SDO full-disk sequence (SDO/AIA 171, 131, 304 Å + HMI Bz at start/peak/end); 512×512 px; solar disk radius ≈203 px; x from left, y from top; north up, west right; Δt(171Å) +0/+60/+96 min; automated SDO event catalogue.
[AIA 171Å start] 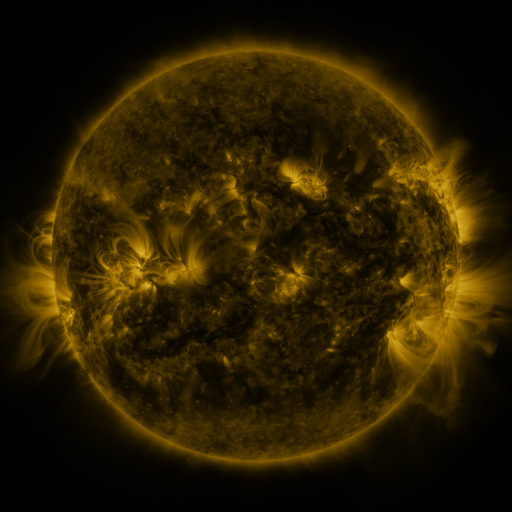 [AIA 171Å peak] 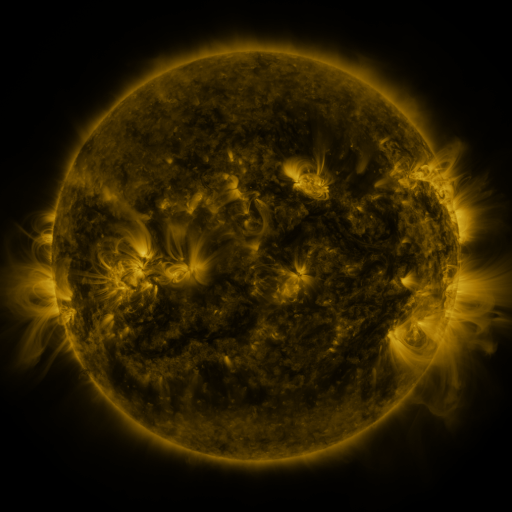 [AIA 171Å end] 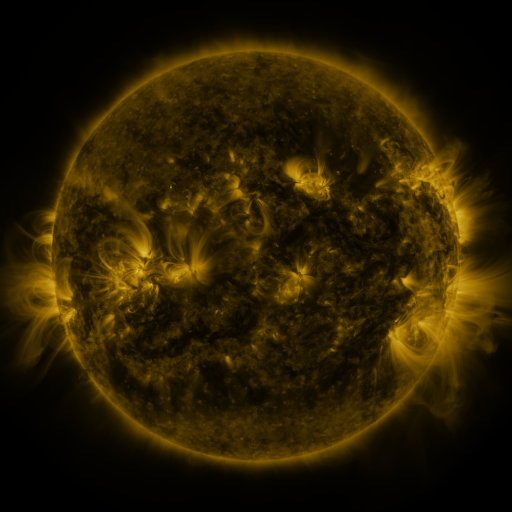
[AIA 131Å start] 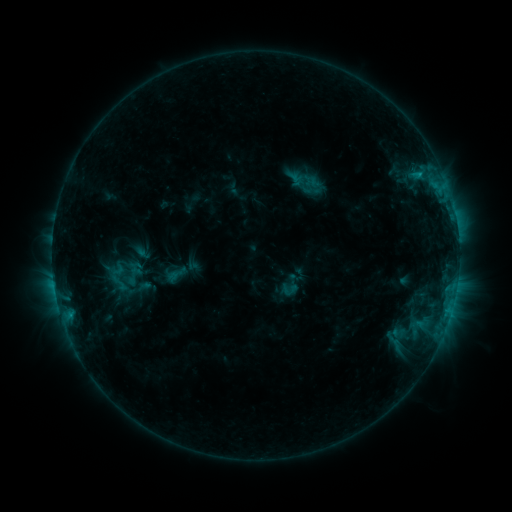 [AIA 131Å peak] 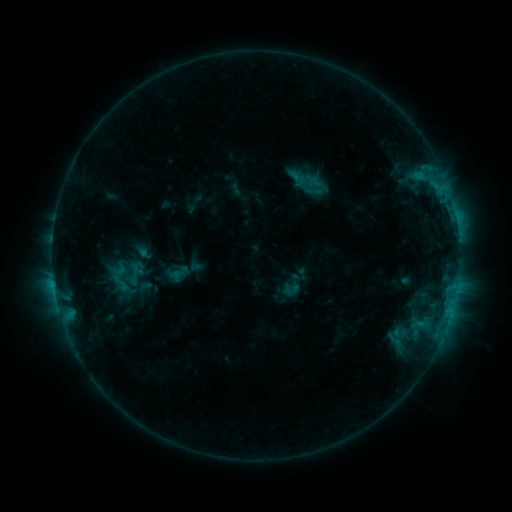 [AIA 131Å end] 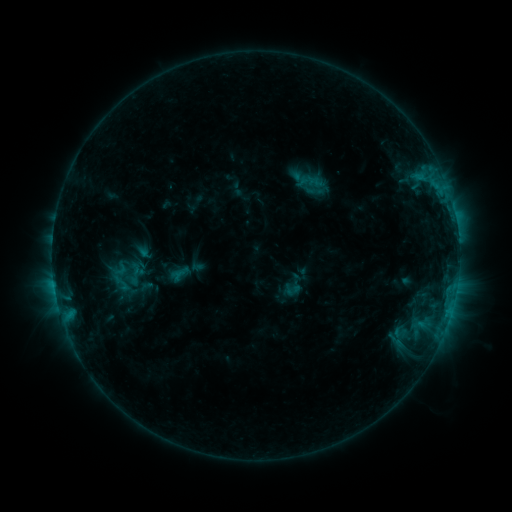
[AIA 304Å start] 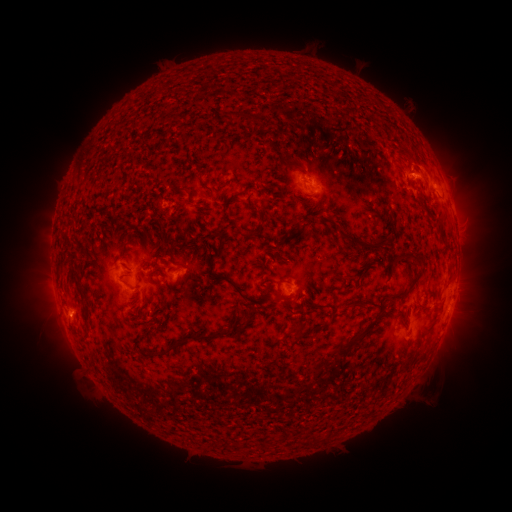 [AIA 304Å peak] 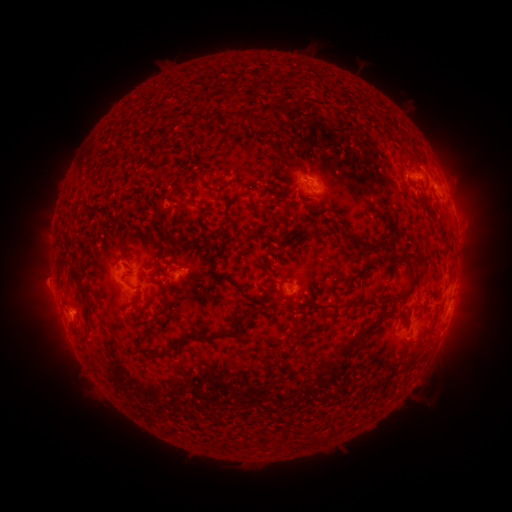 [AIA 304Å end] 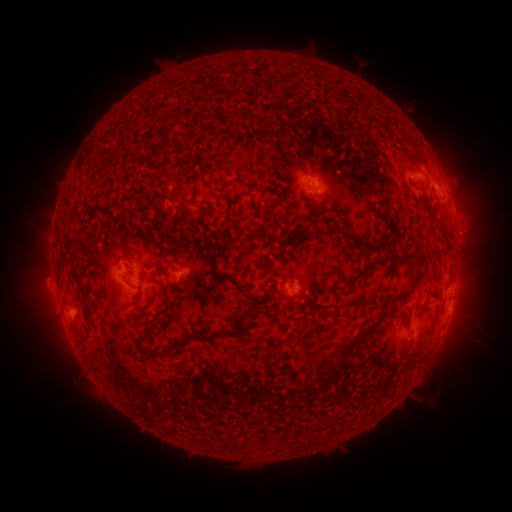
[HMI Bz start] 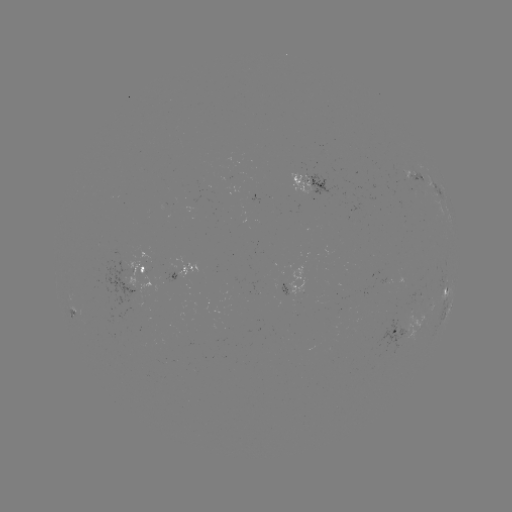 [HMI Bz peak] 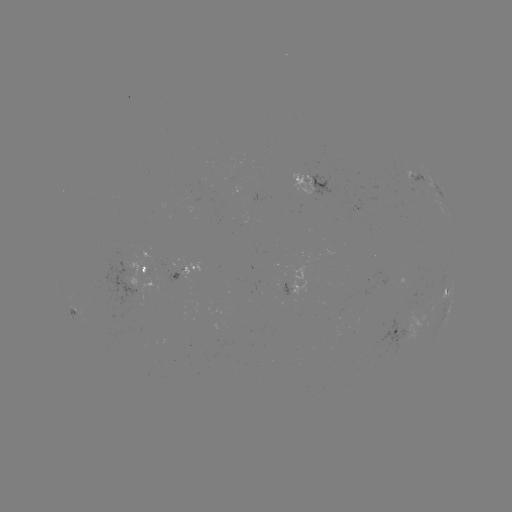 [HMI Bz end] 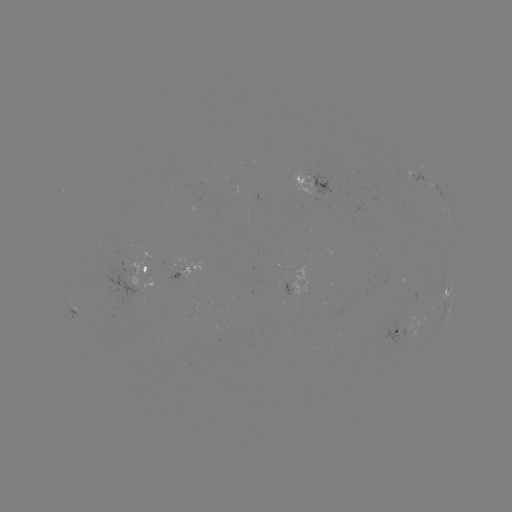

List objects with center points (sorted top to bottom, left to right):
emerging-flux region: (396, 333)
